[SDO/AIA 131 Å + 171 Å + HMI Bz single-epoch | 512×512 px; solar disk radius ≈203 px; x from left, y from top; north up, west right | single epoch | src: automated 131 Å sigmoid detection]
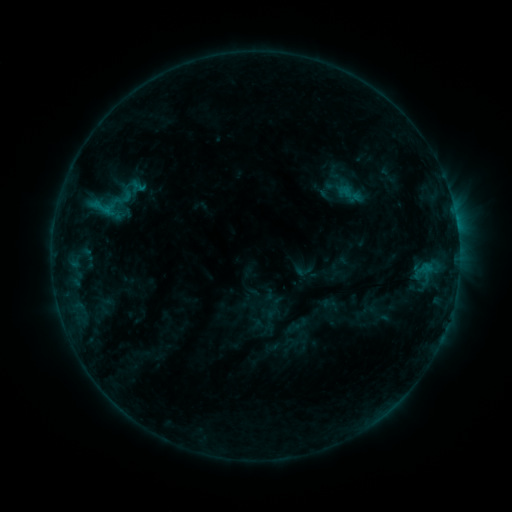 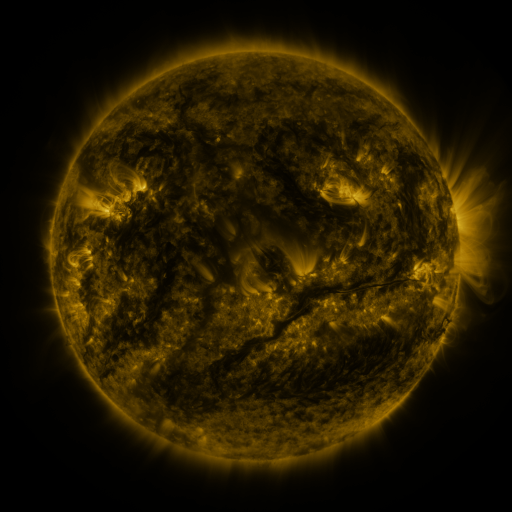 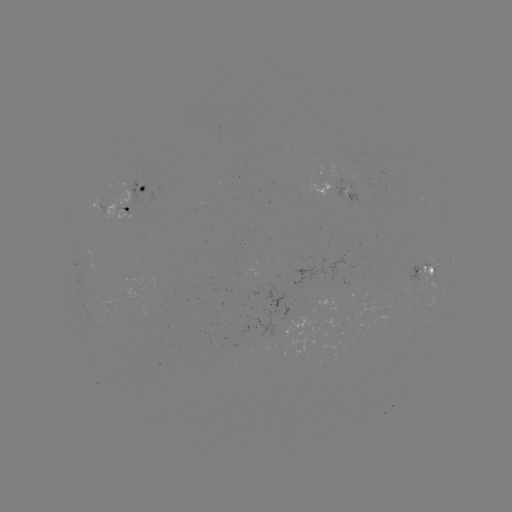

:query sigmoid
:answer (128, 190)